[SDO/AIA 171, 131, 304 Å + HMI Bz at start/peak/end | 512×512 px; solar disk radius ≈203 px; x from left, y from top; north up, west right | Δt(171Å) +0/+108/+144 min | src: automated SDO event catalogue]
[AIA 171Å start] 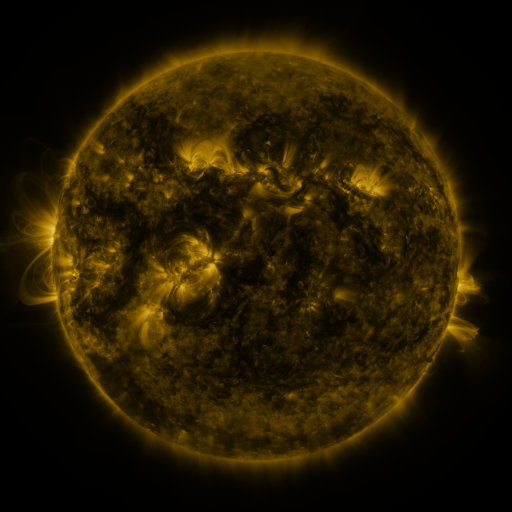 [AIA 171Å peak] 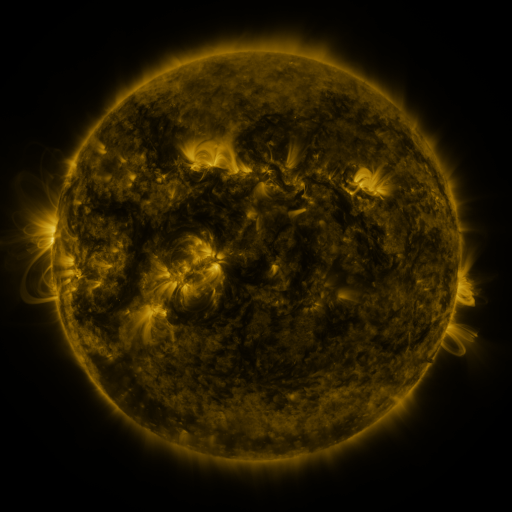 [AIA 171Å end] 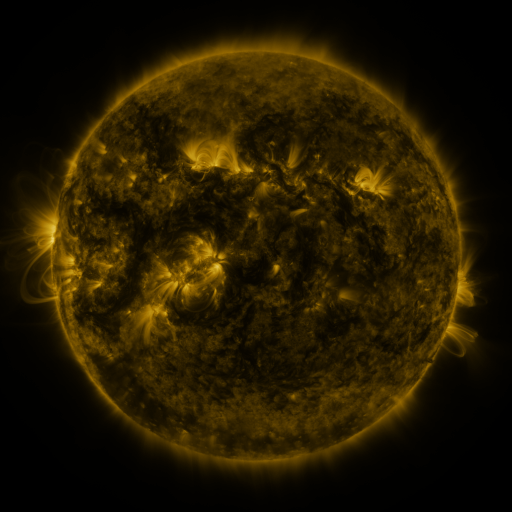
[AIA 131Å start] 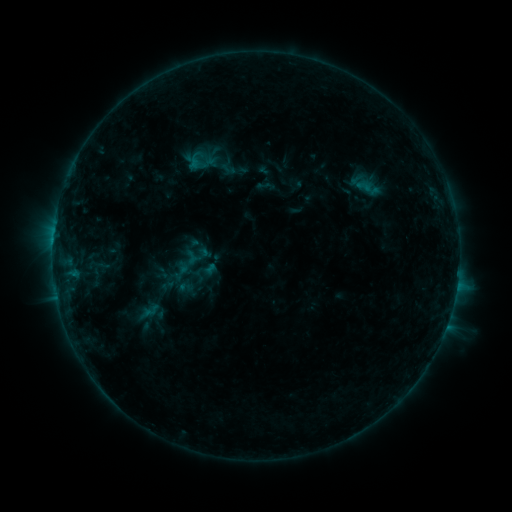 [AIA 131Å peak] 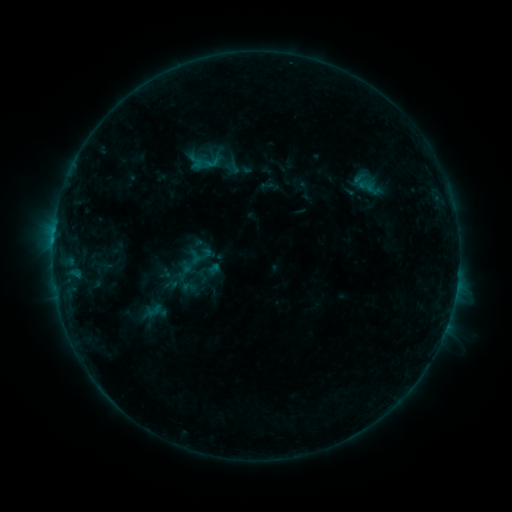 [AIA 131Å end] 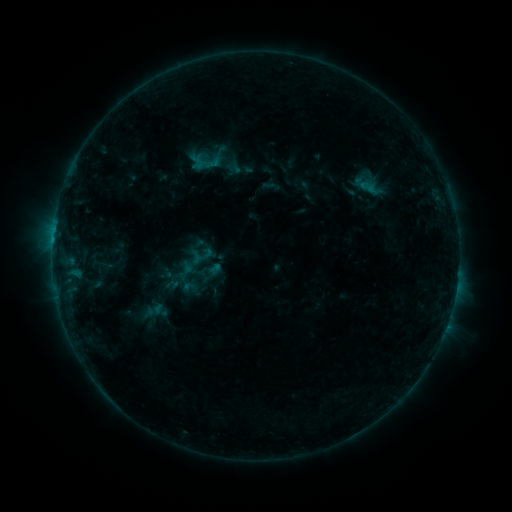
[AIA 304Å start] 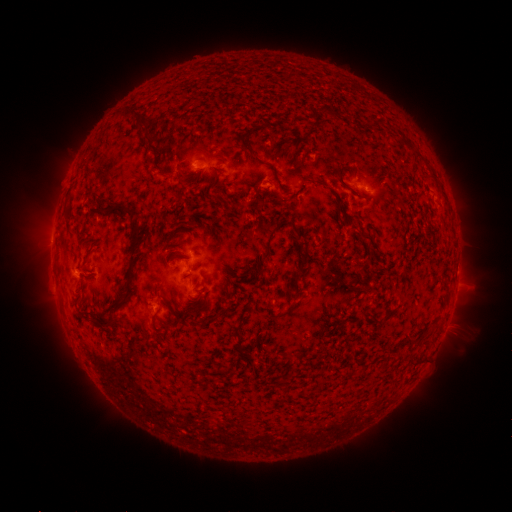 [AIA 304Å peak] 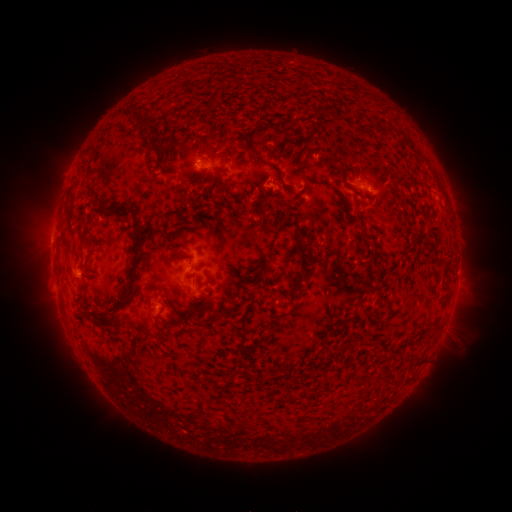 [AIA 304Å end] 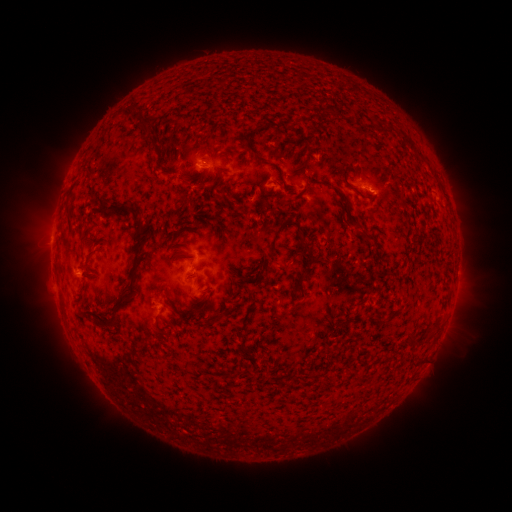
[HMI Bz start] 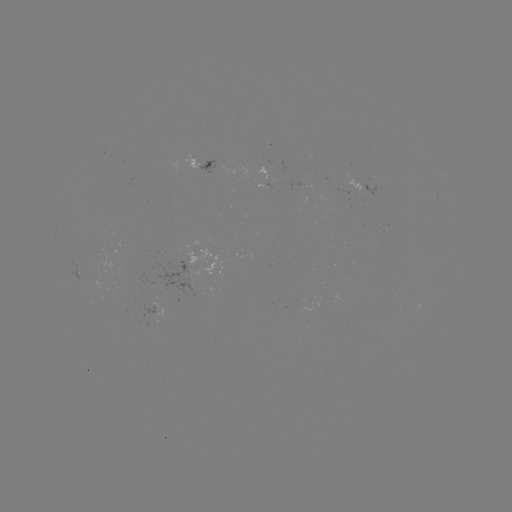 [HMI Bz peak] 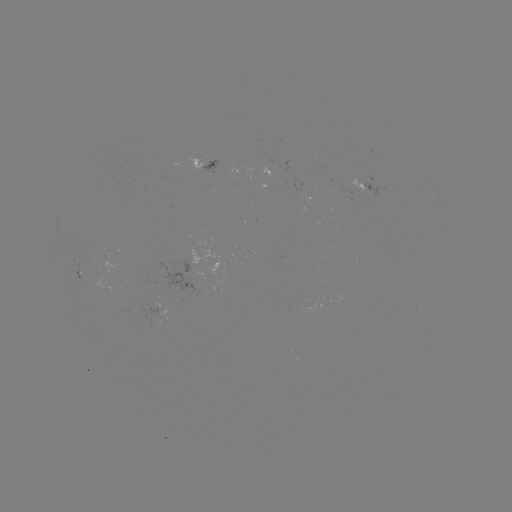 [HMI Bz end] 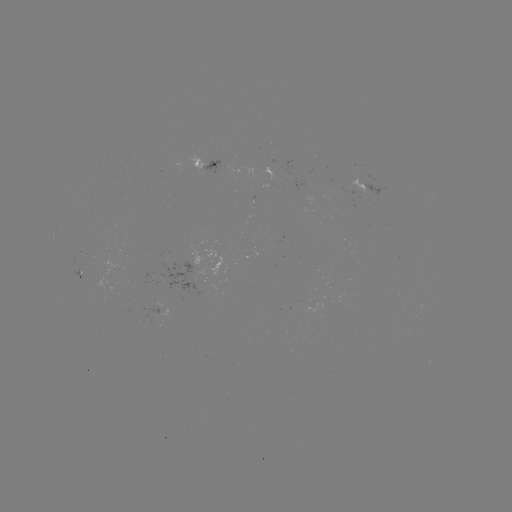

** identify emerging-flux region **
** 307,303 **